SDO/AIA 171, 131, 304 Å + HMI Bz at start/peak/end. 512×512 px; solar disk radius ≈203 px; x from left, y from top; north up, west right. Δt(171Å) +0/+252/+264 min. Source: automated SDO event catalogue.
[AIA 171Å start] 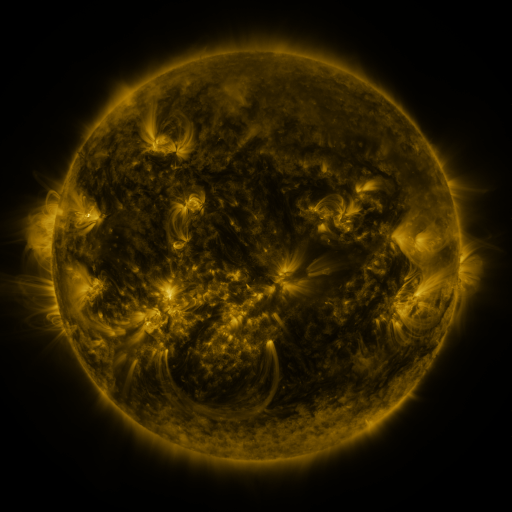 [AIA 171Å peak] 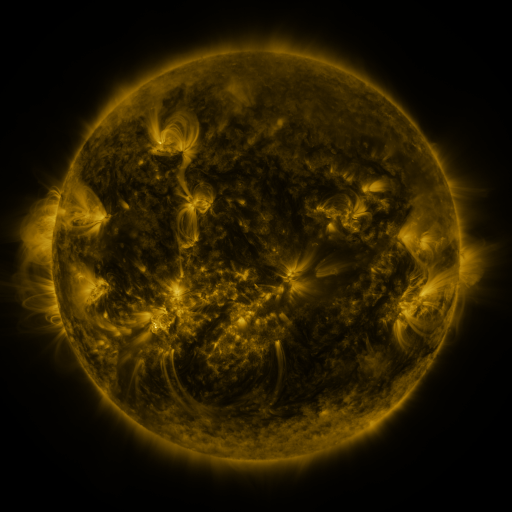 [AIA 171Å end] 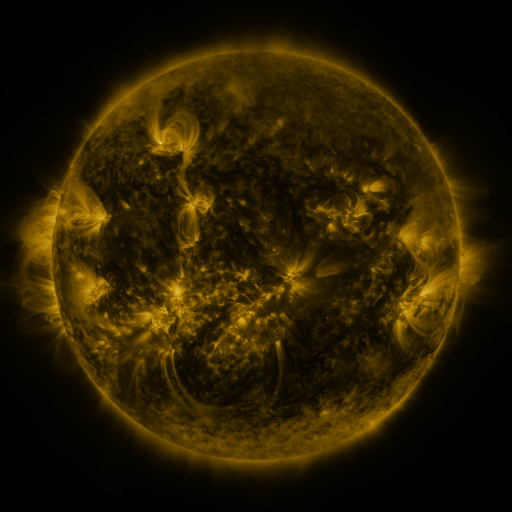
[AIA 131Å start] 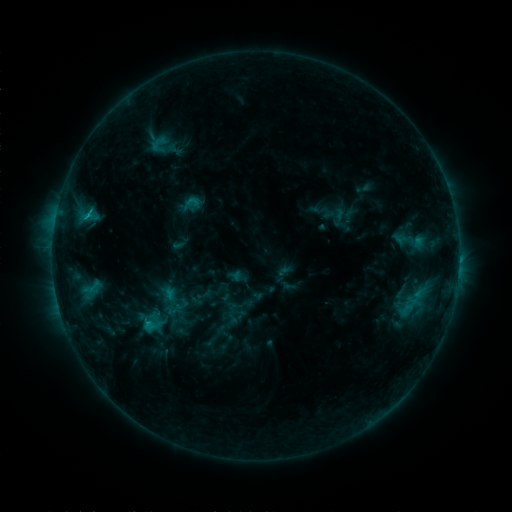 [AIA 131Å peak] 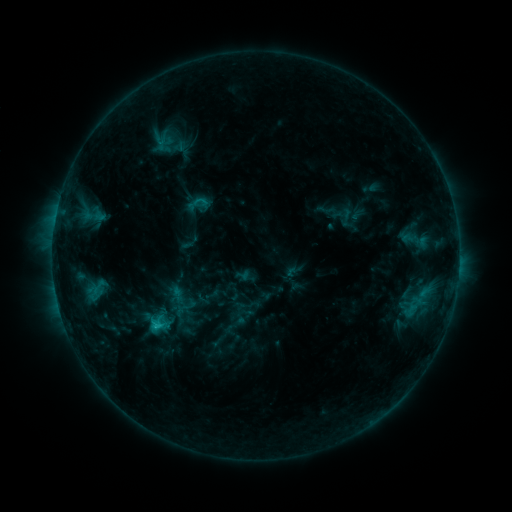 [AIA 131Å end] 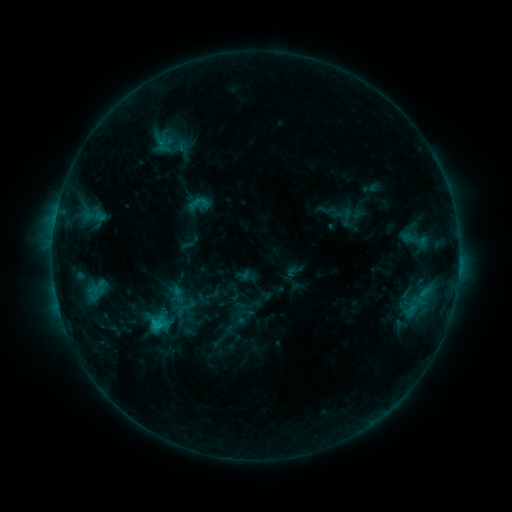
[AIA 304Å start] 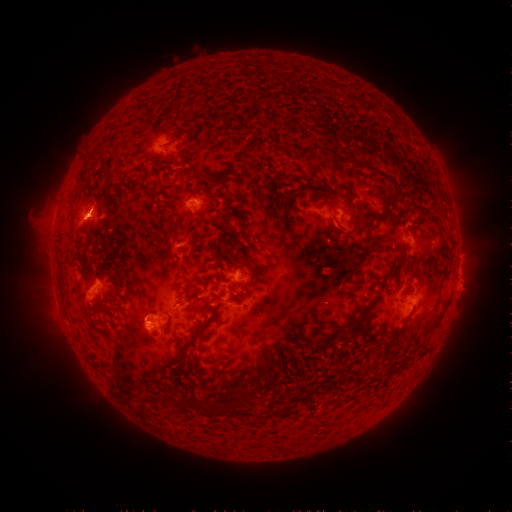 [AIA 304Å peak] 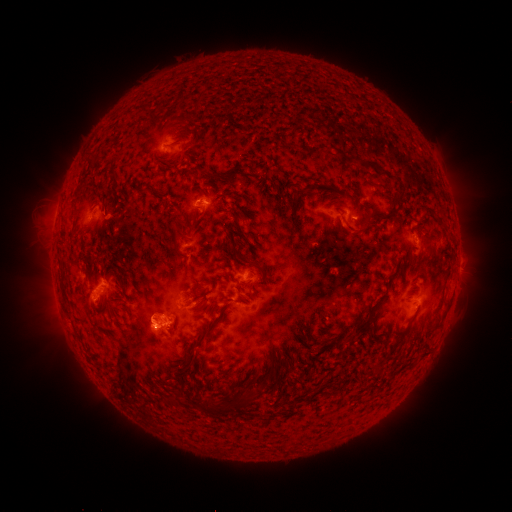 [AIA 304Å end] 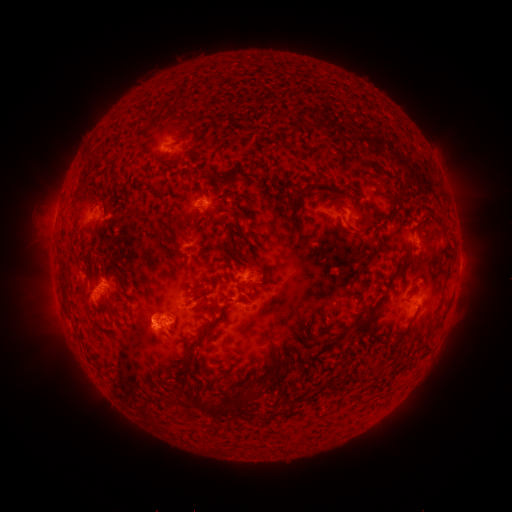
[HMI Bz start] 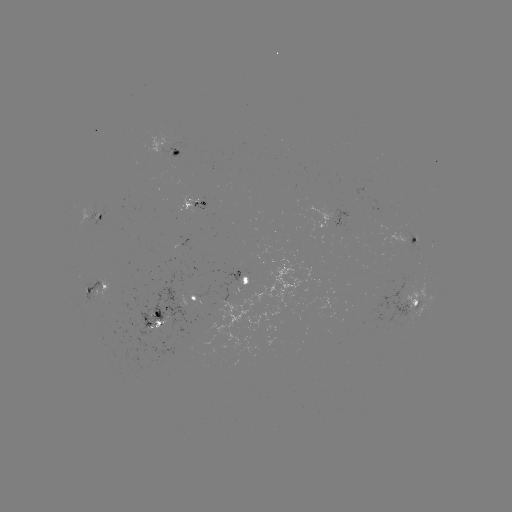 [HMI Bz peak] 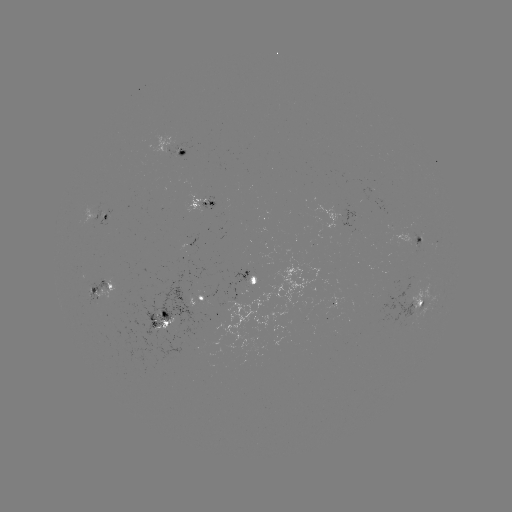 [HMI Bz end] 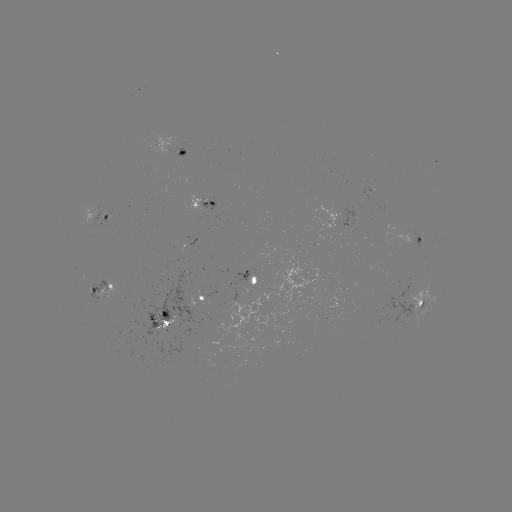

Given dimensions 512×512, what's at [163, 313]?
emerging-flux region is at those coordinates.